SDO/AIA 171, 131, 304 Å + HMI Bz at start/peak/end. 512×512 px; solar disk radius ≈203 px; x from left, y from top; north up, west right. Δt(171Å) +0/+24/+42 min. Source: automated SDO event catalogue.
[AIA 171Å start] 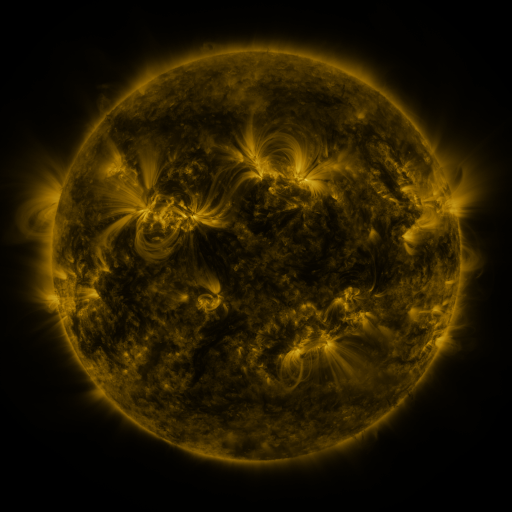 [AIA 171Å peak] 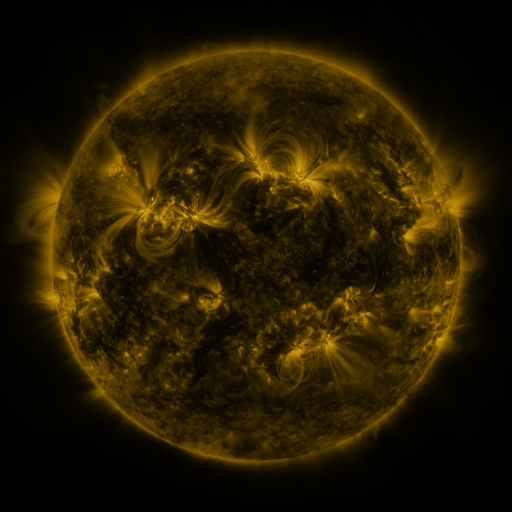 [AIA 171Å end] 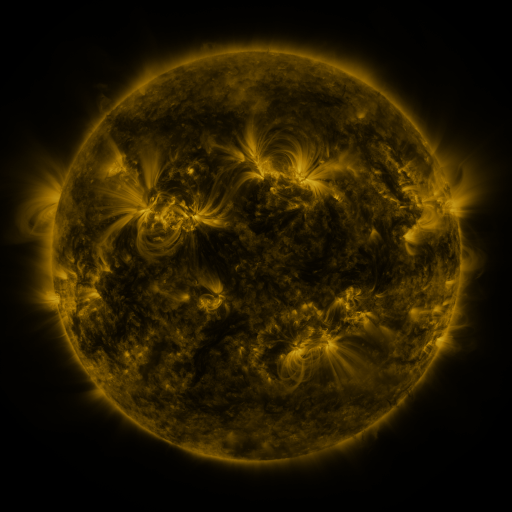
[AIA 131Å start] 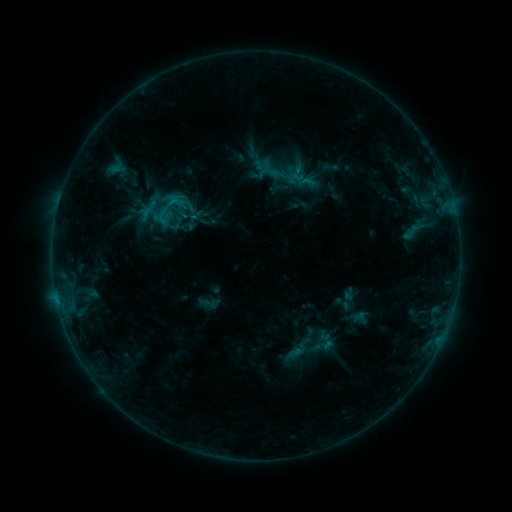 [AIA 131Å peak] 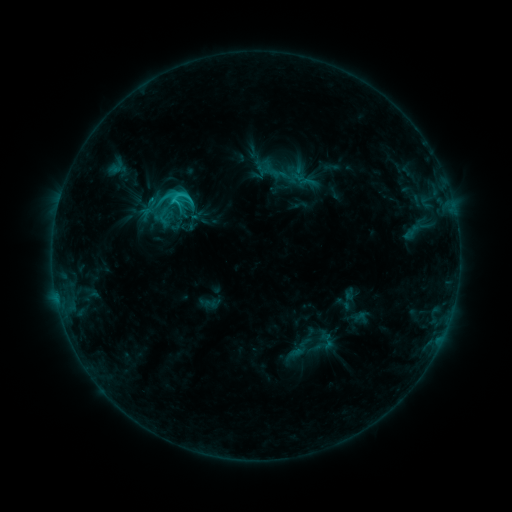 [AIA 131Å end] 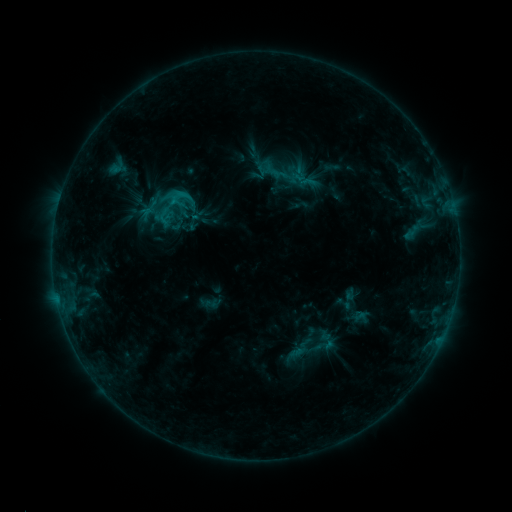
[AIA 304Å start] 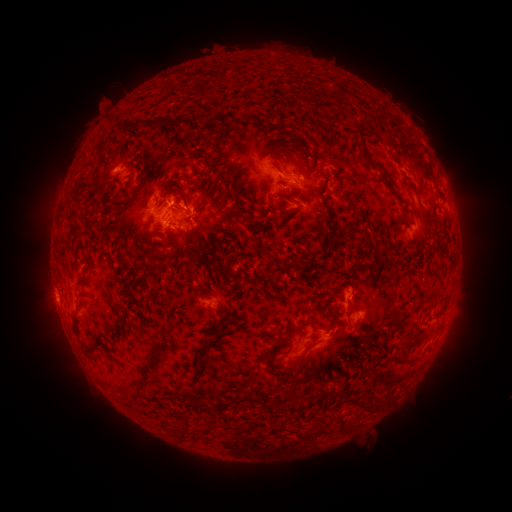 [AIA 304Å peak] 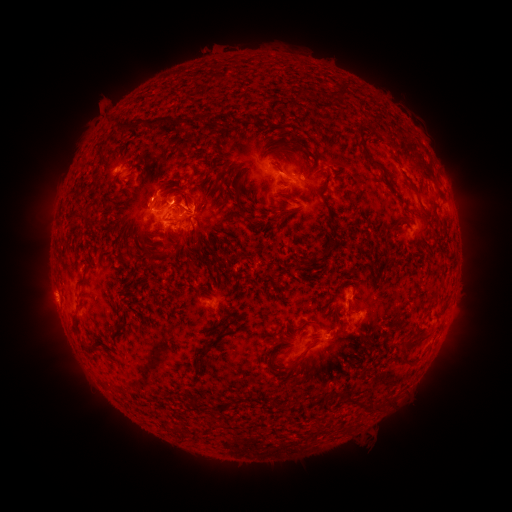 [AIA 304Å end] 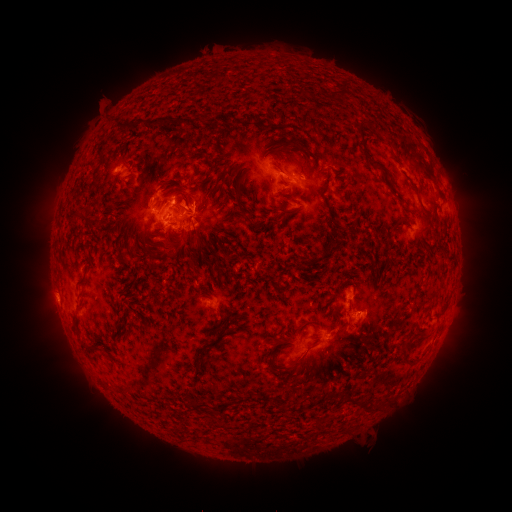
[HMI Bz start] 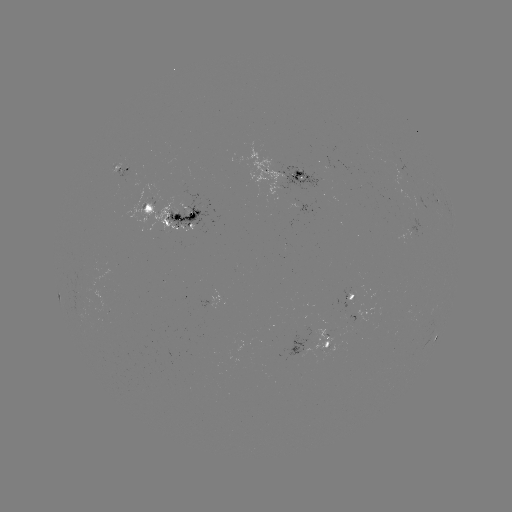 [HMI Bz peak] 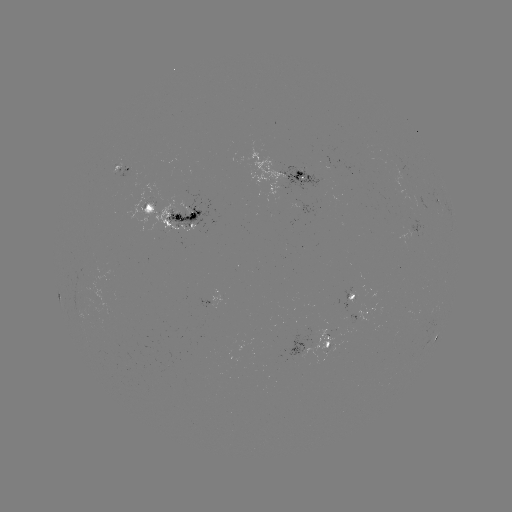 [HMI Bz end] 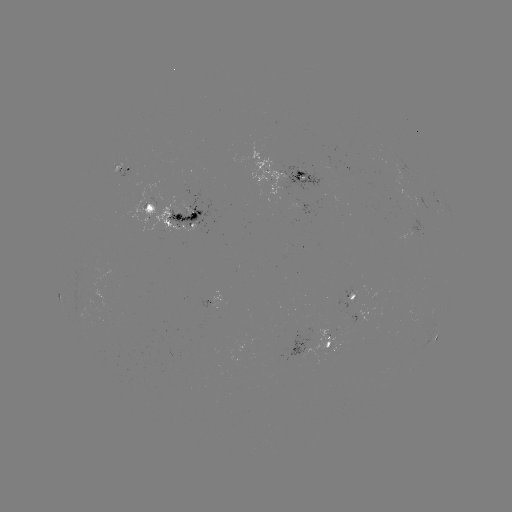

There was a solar flare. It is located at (153, 200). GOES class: C2.3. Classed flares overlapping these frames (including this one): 1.